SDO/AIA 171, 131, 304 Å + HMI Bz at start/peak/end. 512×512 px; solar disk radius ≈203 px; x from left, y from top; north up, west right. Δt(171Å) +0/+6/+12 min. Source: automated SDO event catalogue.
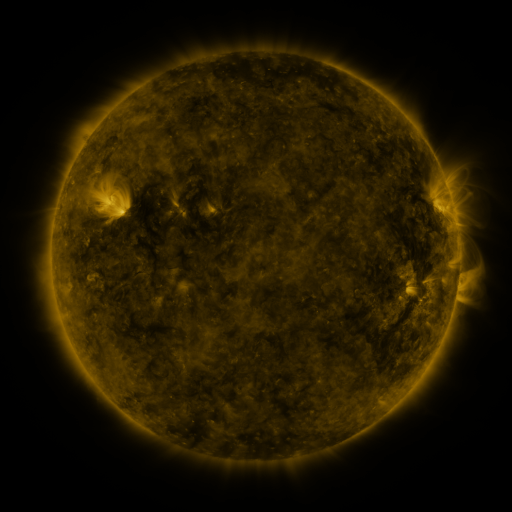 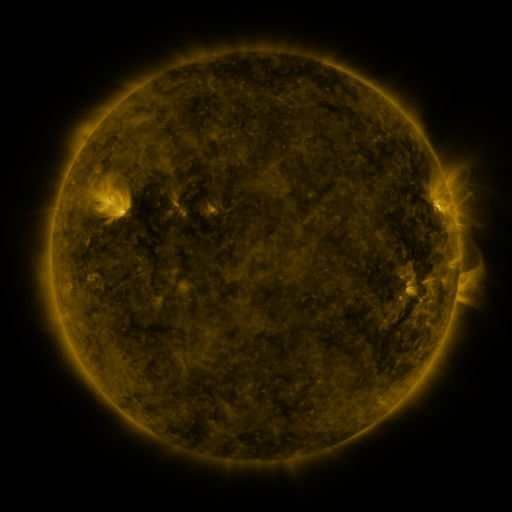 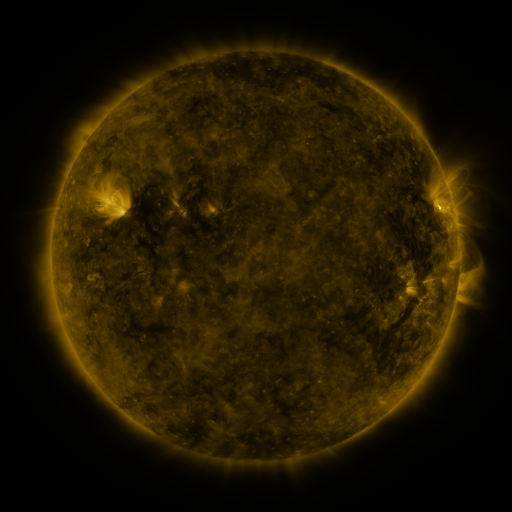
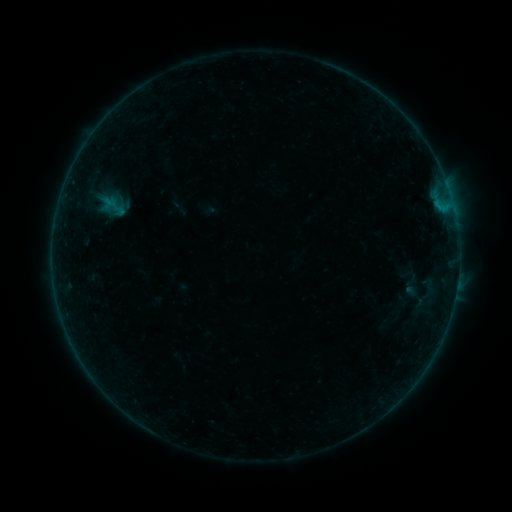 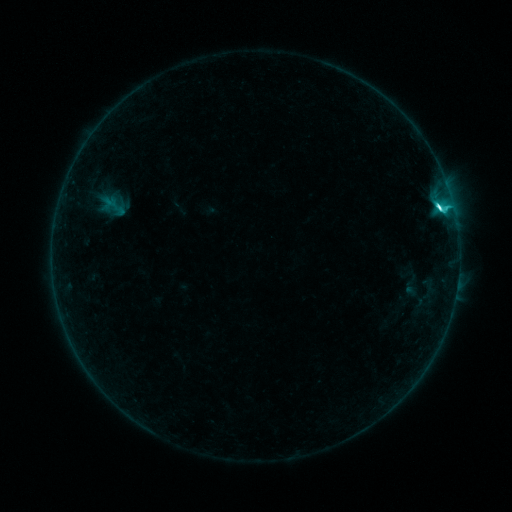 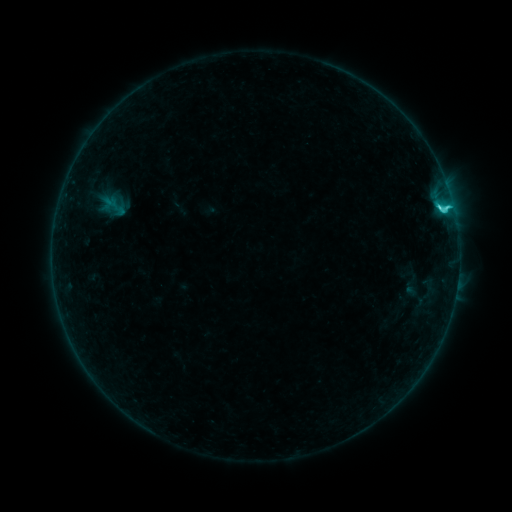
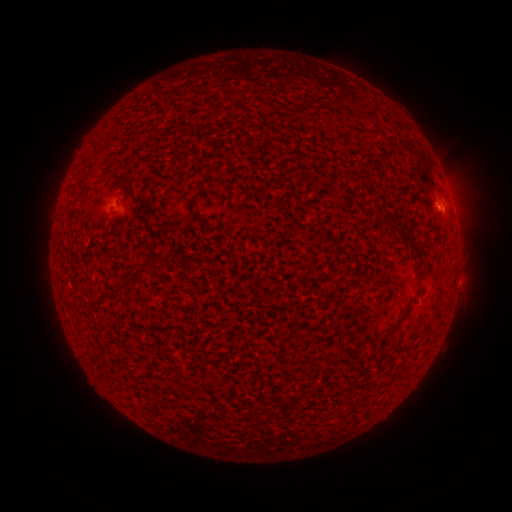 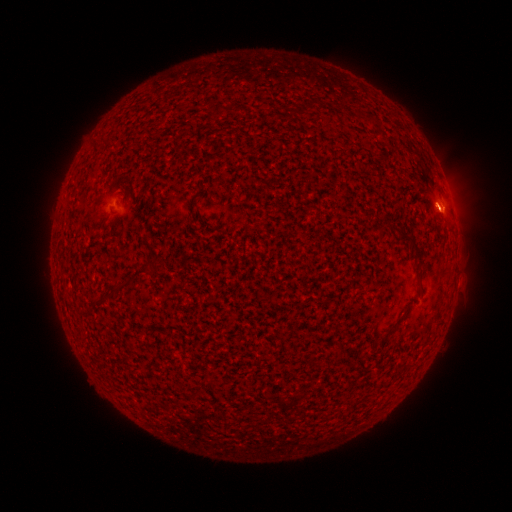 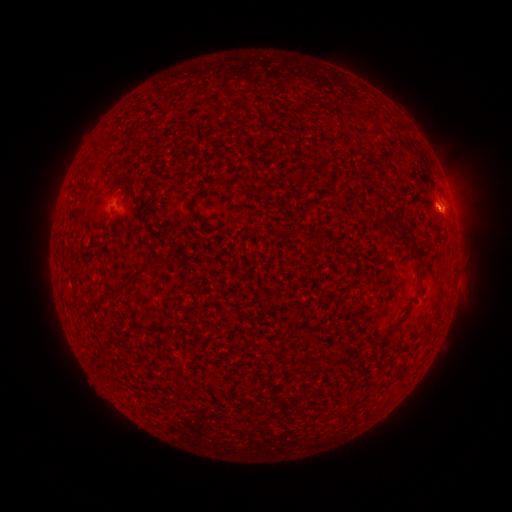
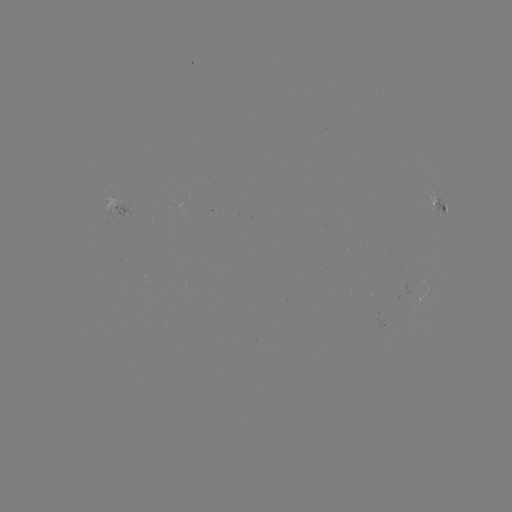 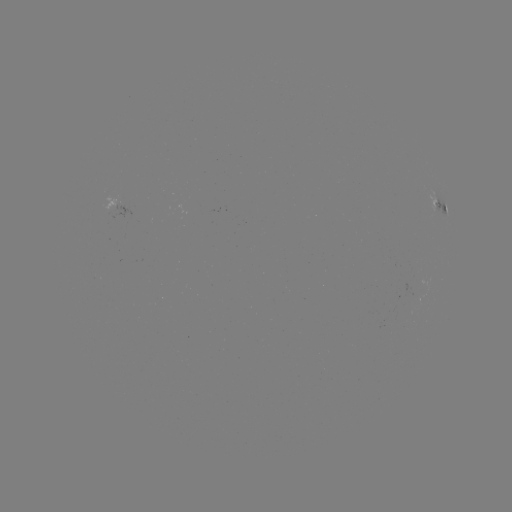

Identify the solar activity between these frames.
C3.3 flare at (438, 208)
